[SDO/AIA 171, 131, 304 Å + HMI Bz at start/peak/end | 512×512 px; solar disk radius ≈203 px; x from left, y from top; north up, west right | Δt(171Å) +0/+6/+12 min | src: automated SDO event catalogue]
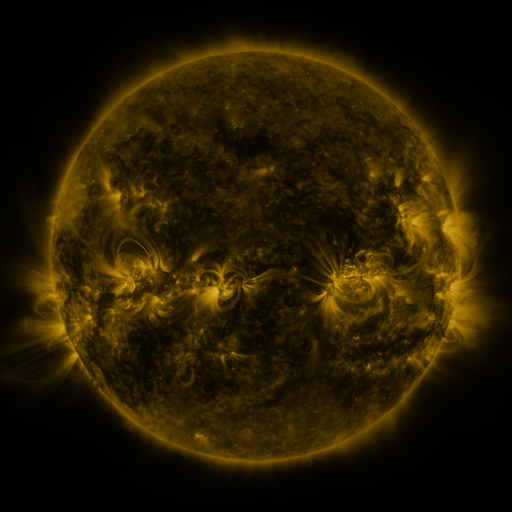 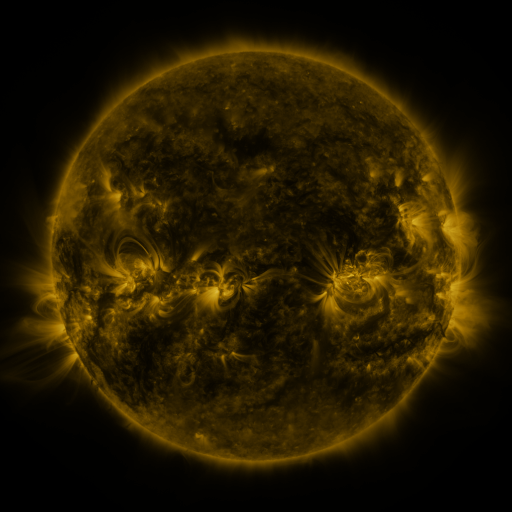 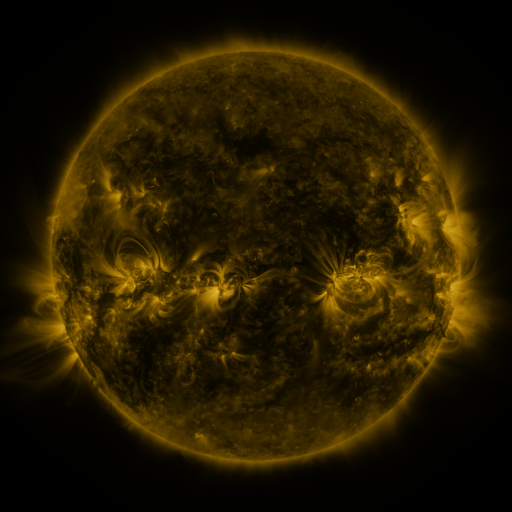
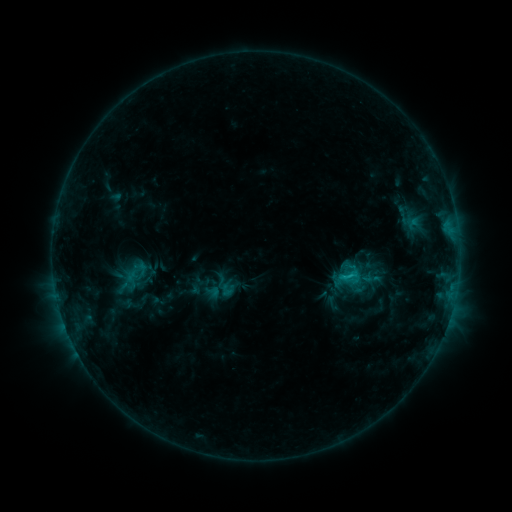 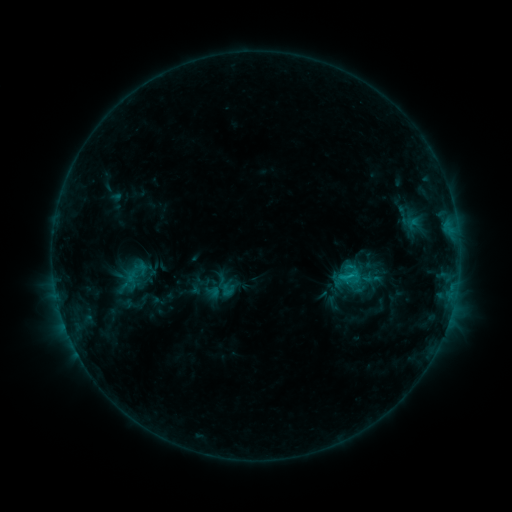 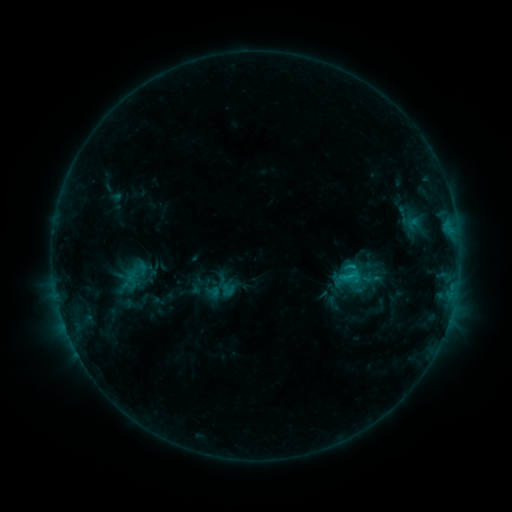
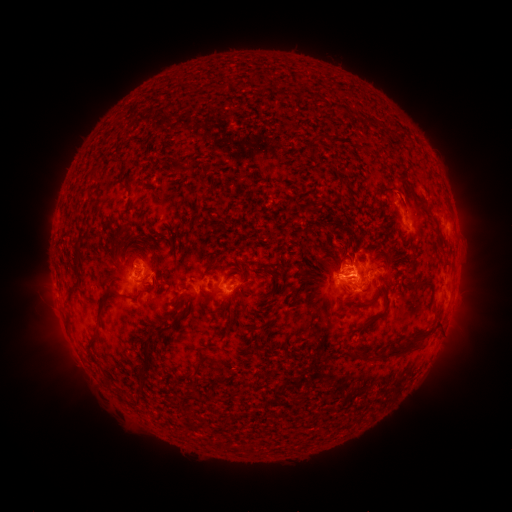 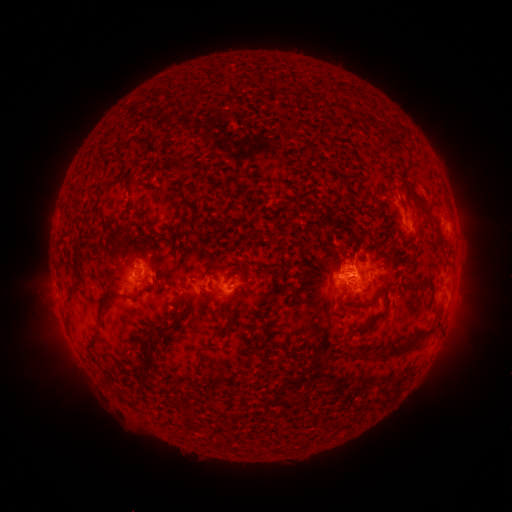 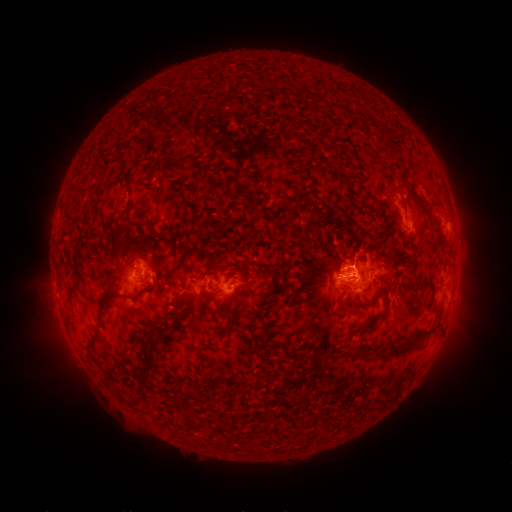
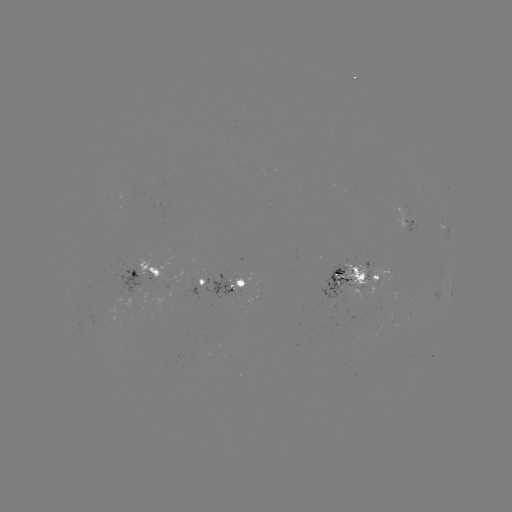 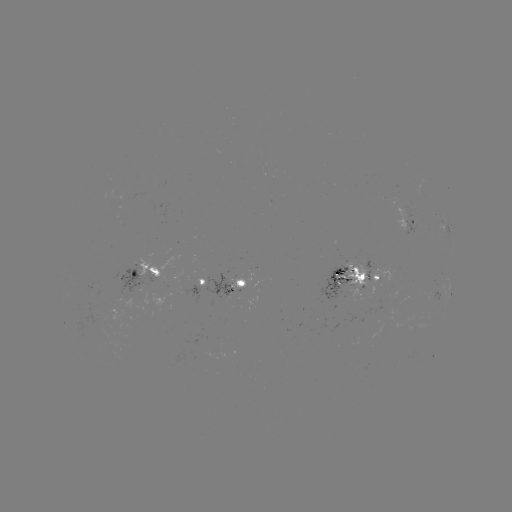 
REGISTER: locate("eruption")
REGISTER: (406, 194)